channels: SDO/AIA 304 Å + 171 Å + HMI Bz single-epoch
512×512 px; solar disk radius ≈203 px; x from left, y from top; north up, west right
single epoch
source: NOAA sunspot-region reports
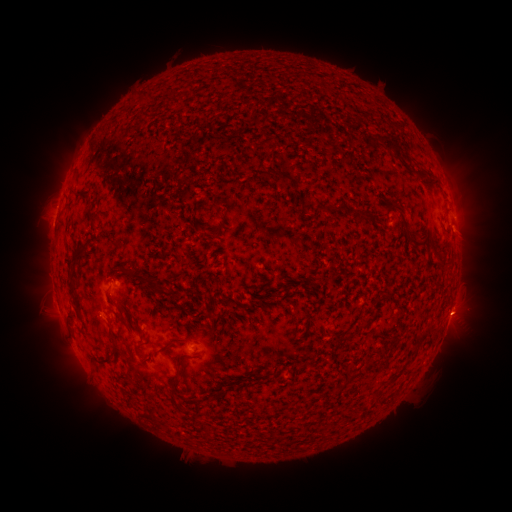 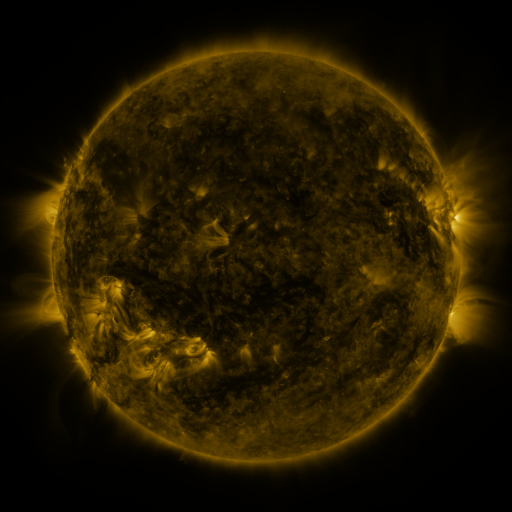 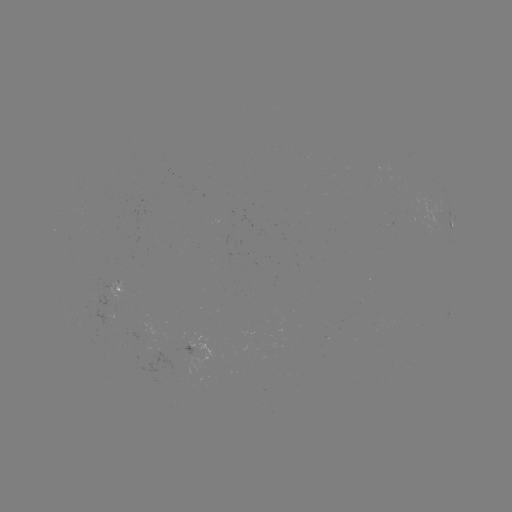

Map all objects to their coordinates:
spotted active region: (451, 226)
spotted active region: (122, 292)
spotted active region: (450, 315)
